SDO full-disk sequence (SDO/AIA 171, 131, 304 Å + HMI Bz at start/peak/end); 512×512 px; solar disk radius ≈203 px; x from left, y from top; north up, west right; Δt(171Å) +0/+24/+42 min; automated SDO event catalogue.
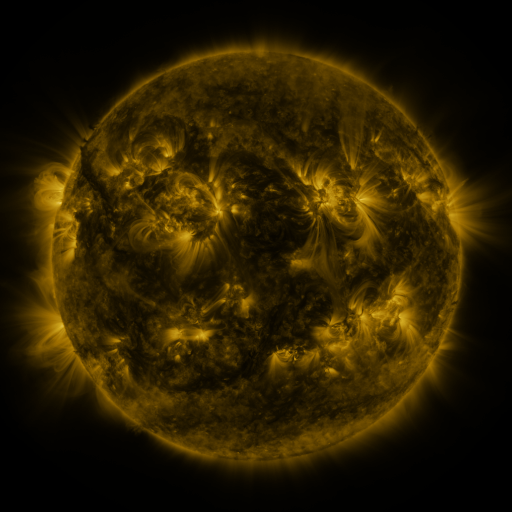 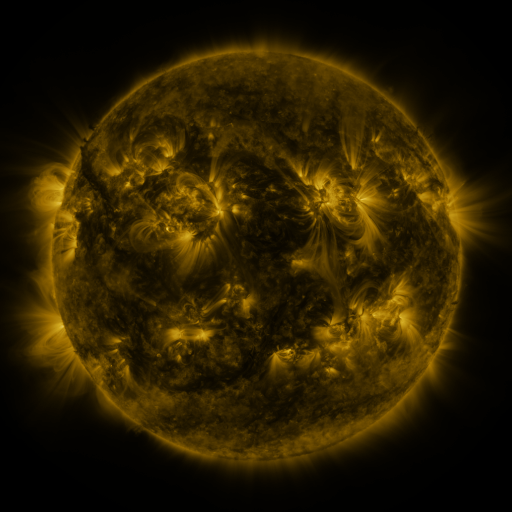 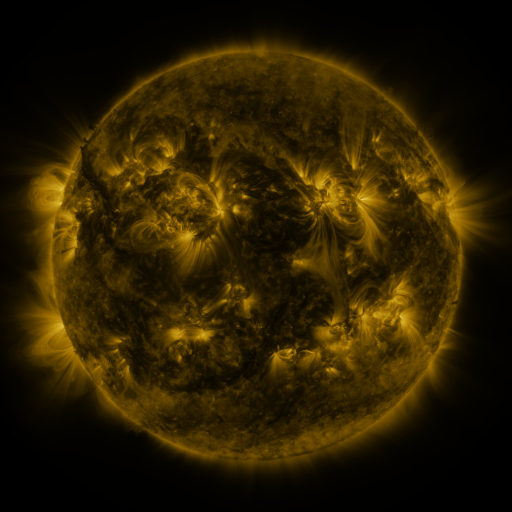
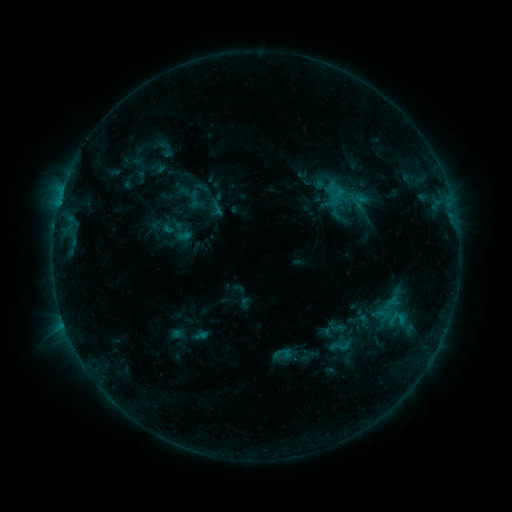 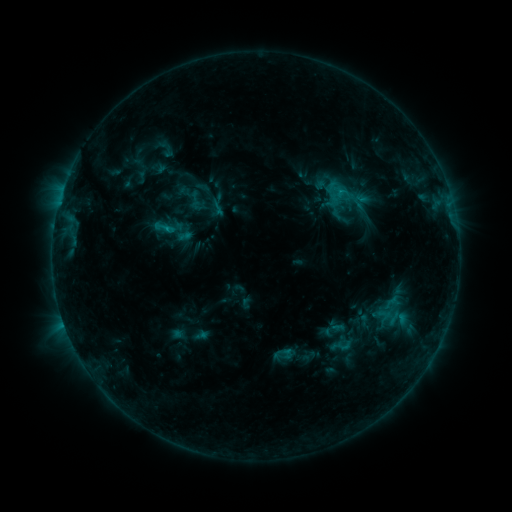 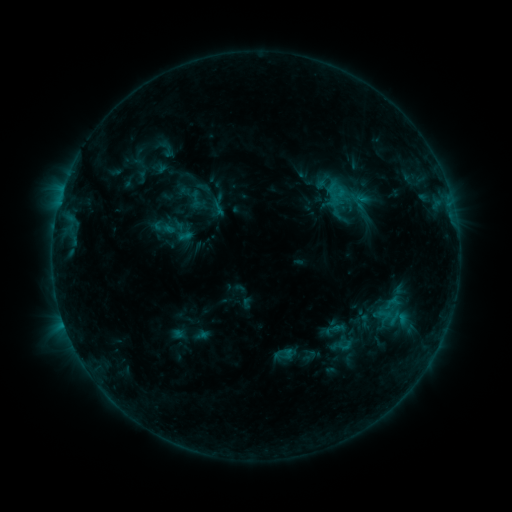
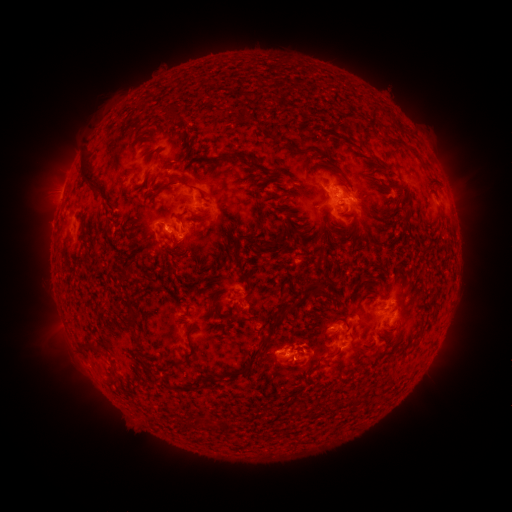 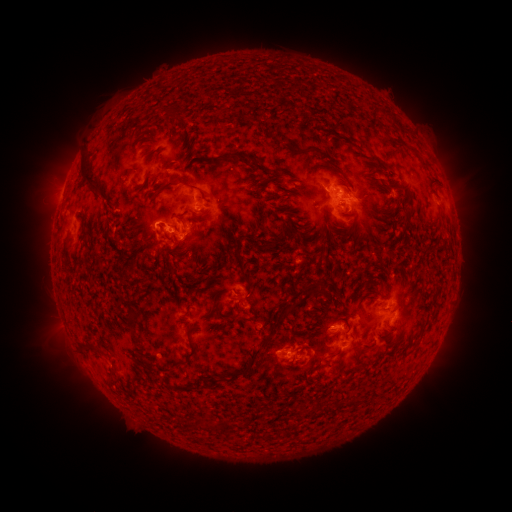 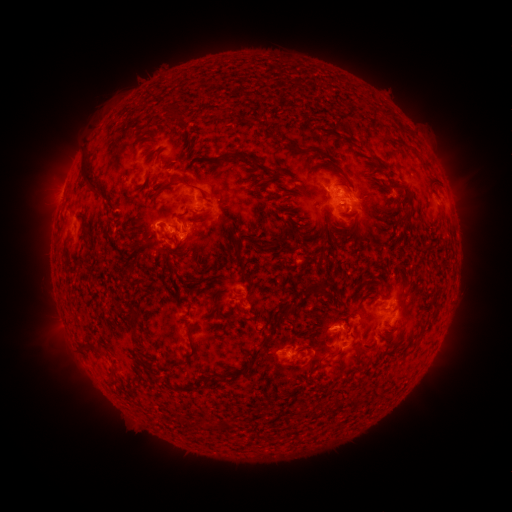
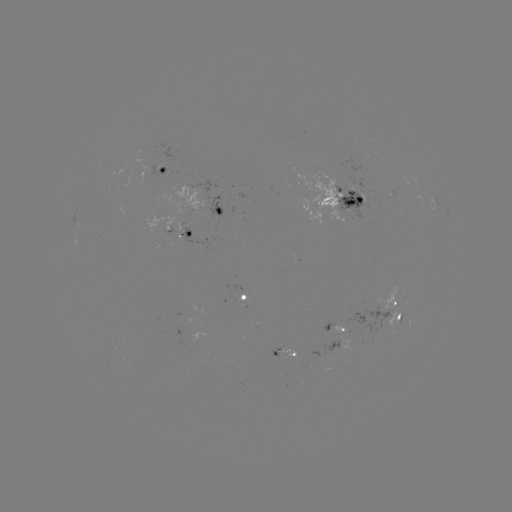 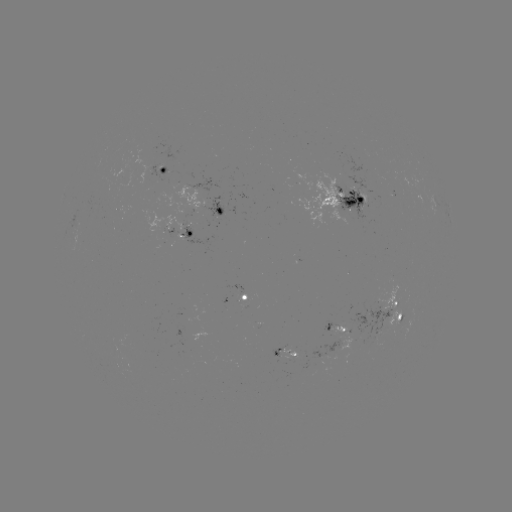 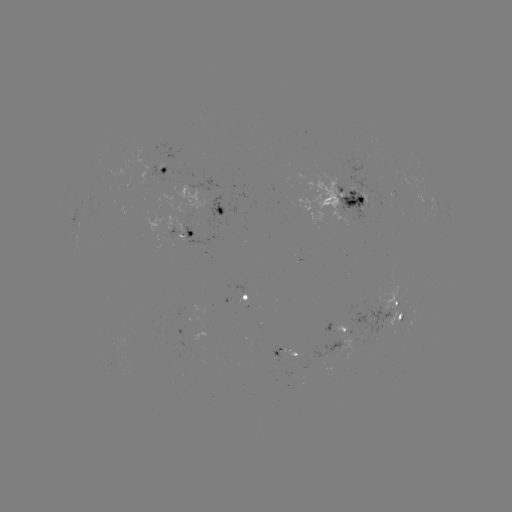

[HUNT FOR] C1.4 flare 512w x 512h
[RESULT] [167, 231]